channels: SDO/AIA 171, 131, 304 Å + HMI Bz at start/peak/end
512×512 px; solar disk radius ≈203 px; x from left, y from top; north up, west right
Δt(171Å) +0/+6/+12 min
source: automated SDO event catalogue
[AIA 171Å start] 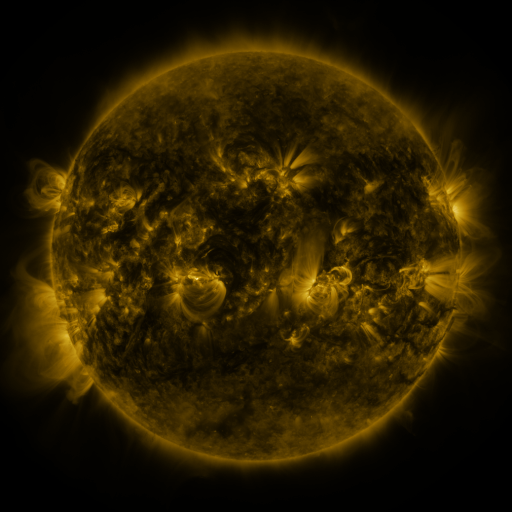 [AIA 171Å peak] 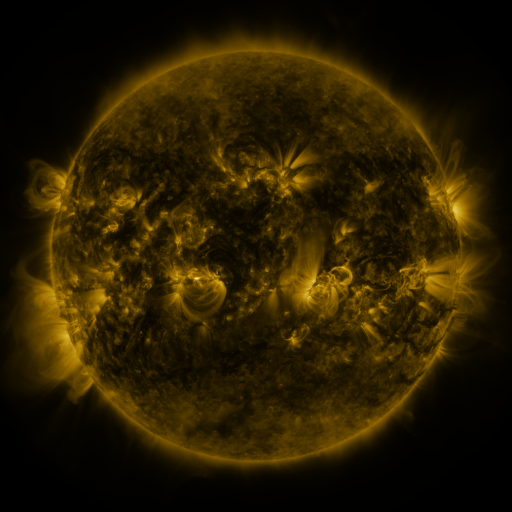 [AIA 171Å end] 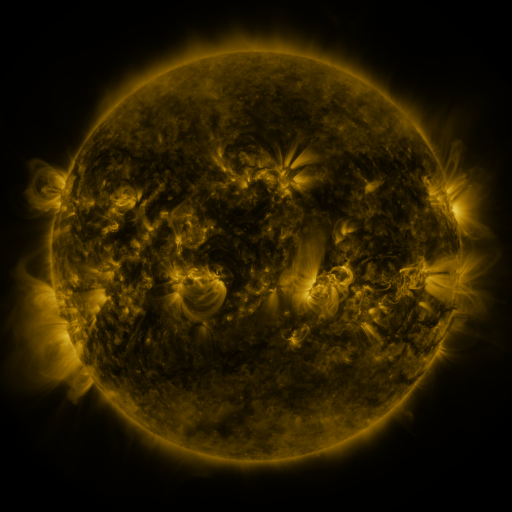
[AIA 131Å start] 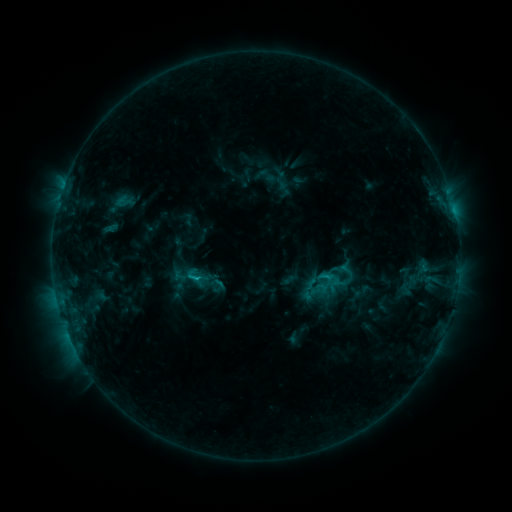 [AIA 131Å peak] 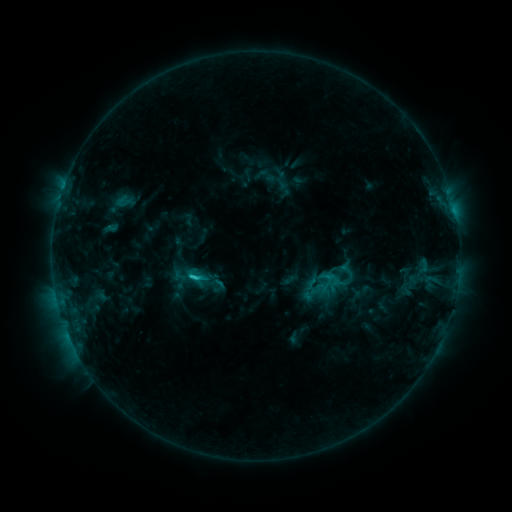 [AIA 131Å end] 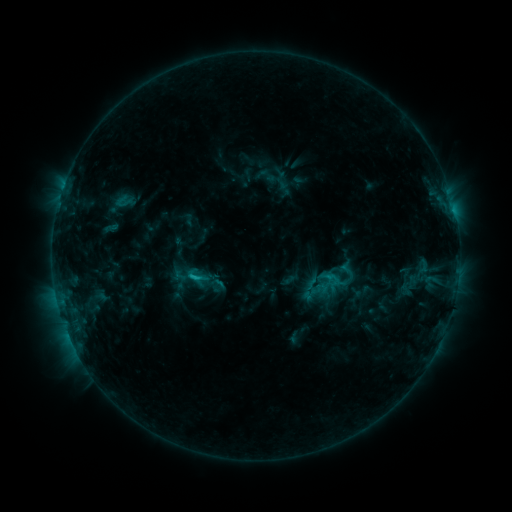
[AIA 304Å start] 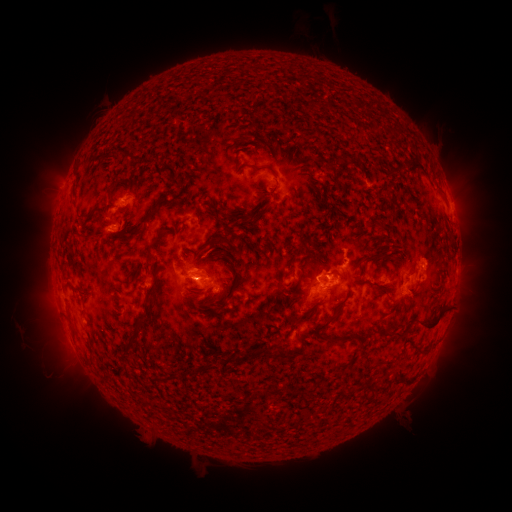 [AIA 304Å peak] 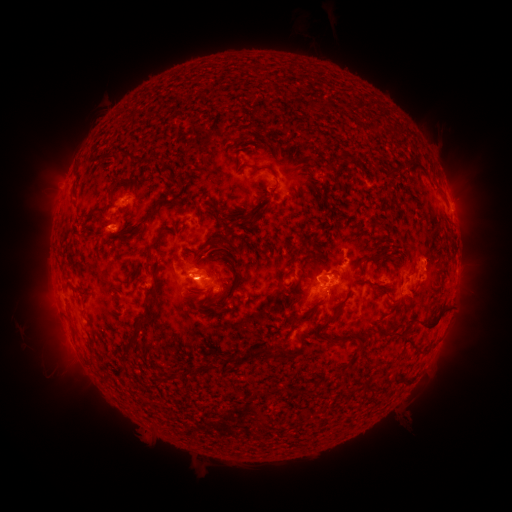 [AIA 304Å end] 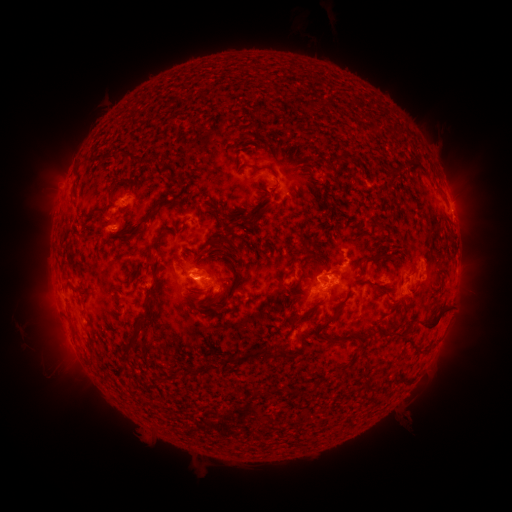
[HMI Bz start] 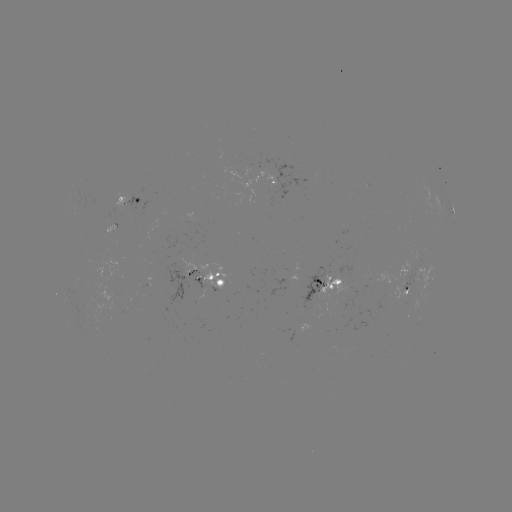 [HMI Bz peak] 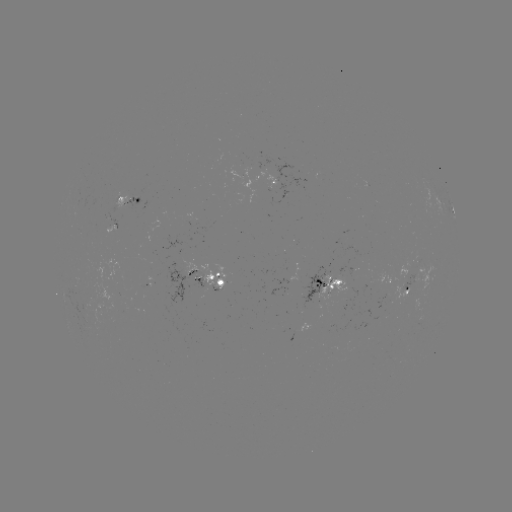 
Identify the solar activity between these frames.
C2.0 flare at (197, 275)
